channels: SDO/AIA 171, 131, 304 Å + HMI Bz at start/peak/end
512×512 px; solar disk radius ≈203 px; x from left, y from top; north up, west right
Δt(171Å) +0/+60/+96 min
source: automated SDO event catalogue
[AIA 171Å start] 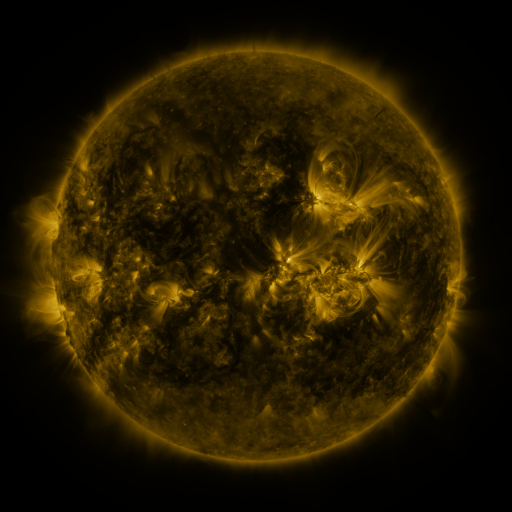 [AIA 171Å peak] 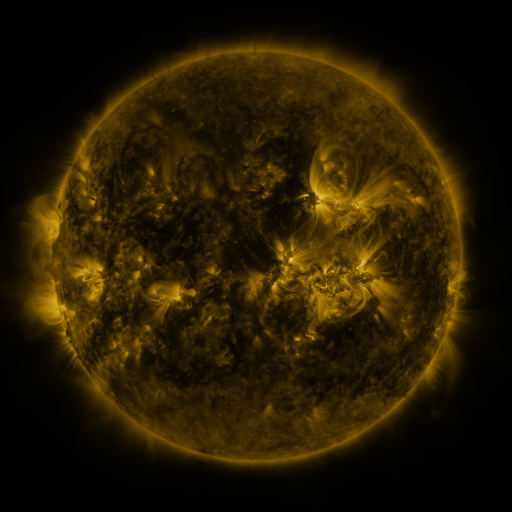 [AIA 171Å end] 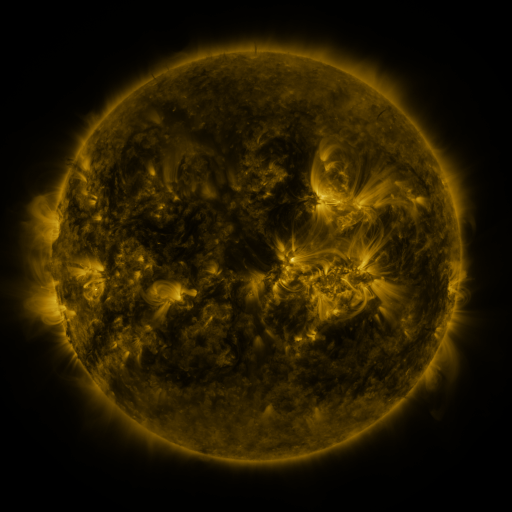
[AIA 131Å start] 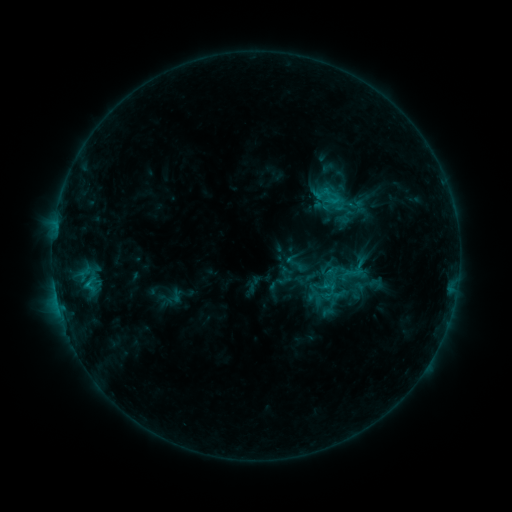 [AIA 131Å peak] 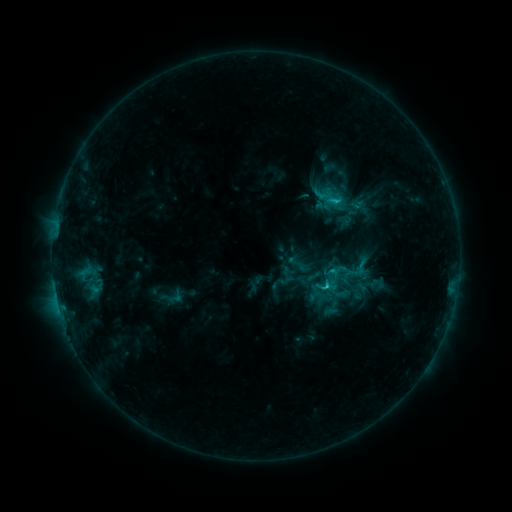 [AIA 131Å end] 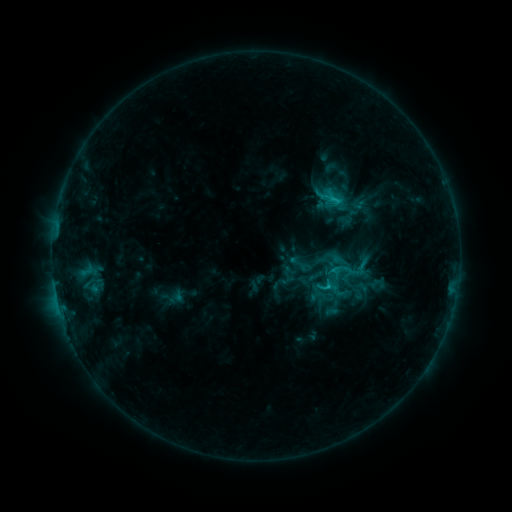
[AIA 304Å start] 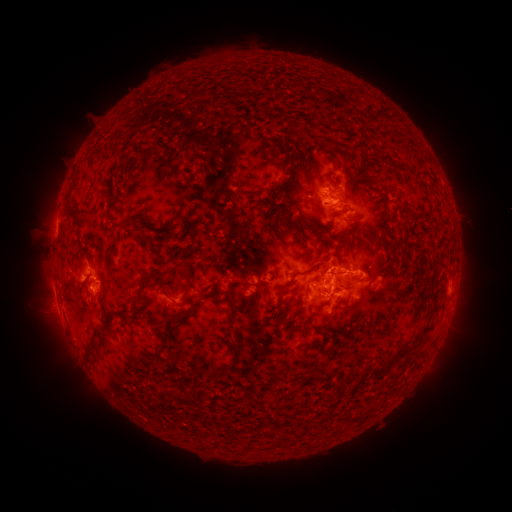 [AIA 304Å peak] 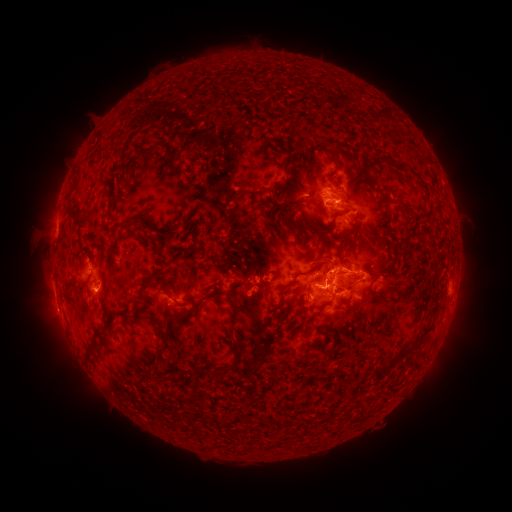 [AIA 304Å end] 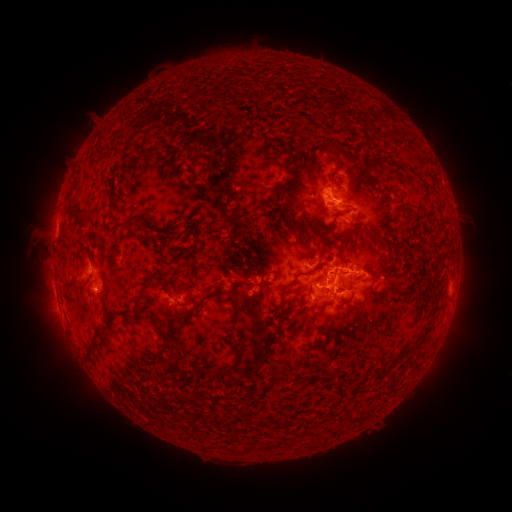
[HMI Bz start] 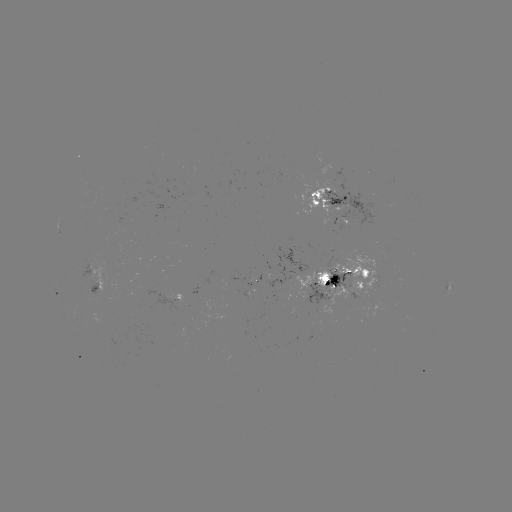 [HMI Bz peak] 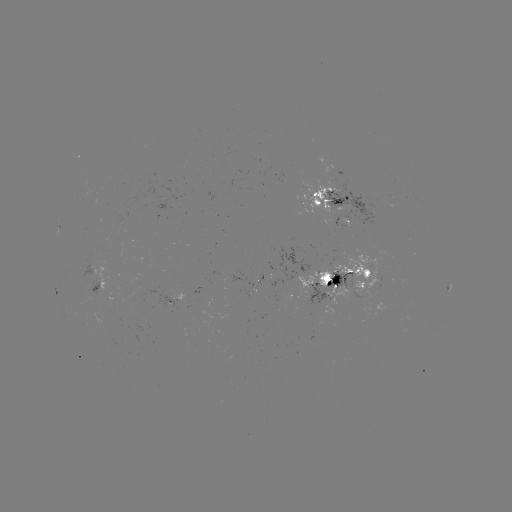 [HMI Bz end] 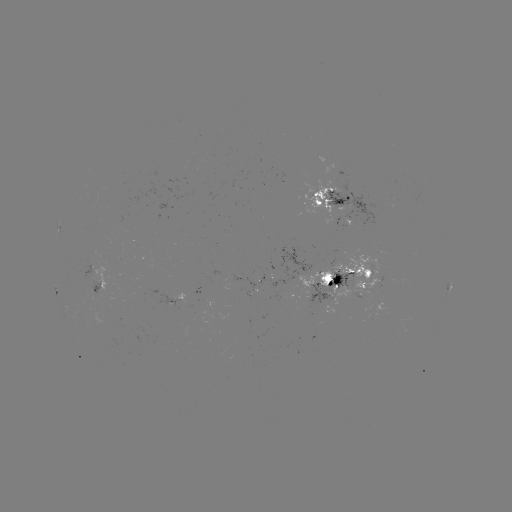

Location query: emerging-flux region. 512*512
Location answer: [350, 221].